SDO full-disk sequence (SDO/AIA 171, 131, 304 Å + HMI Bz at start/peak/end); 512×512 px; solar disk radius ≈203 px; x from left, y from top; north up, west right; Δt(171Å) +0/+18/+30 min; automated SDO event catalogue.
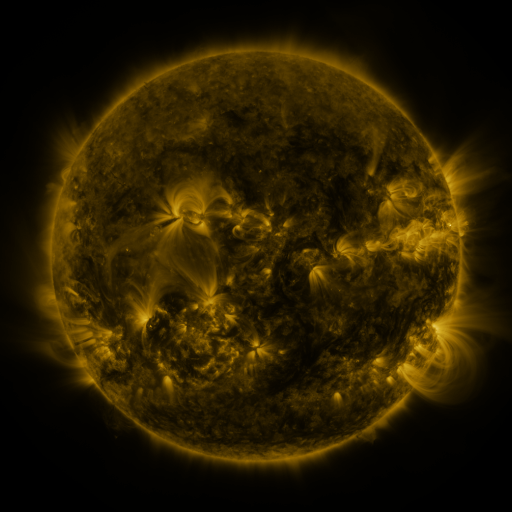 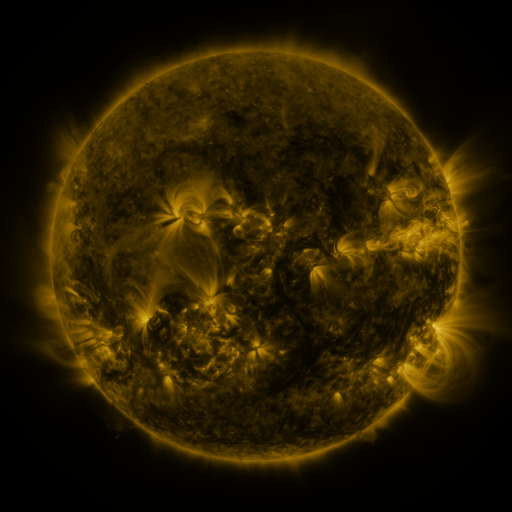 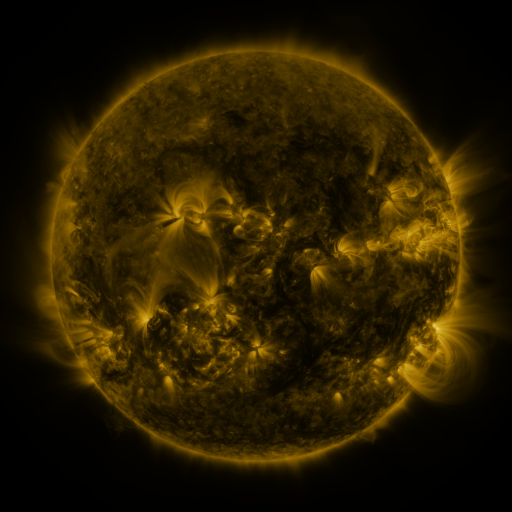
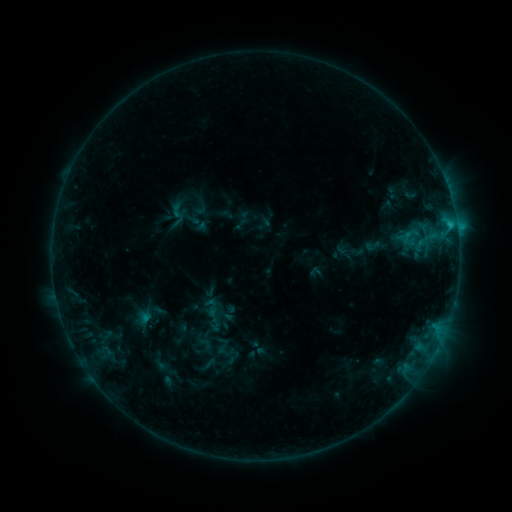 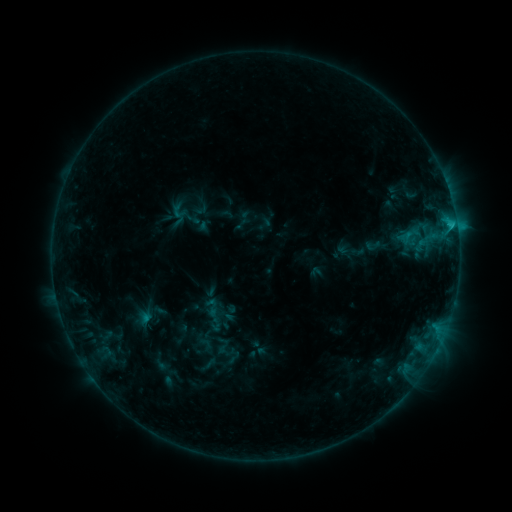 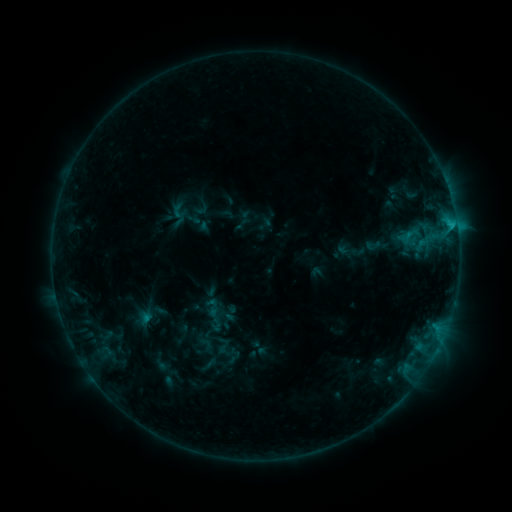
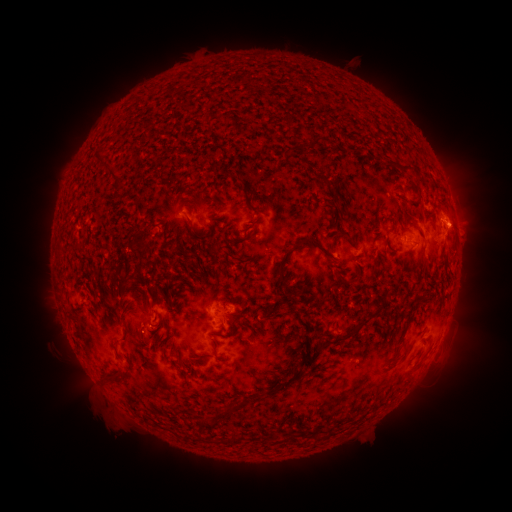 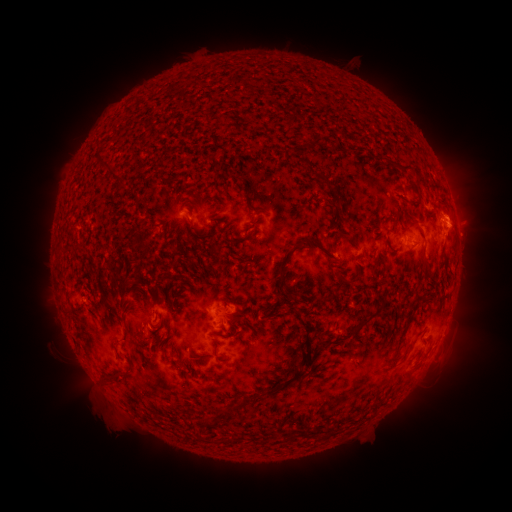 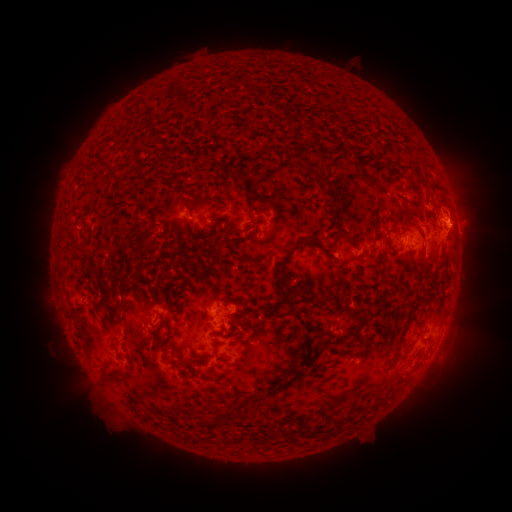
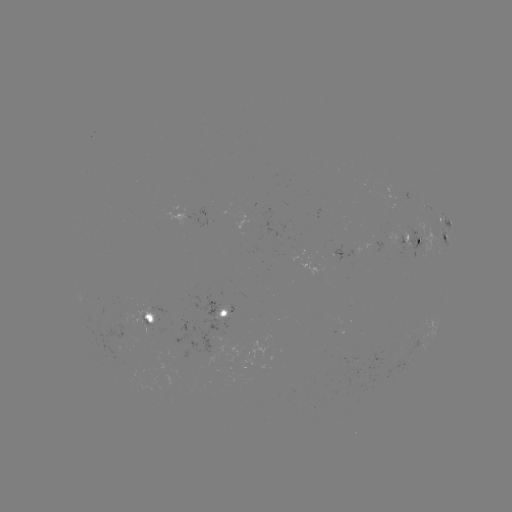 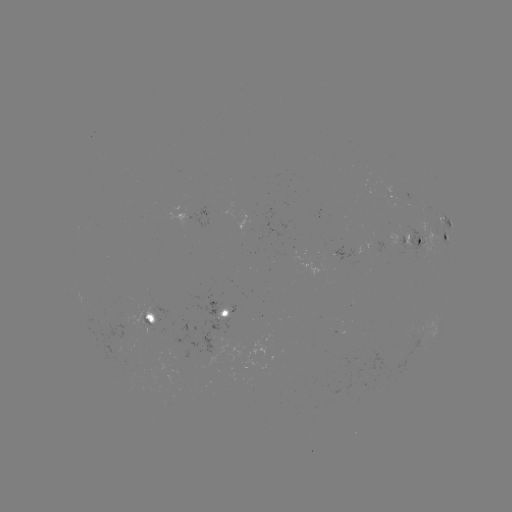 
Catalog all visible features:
C1.4 flare: (453, 228)
